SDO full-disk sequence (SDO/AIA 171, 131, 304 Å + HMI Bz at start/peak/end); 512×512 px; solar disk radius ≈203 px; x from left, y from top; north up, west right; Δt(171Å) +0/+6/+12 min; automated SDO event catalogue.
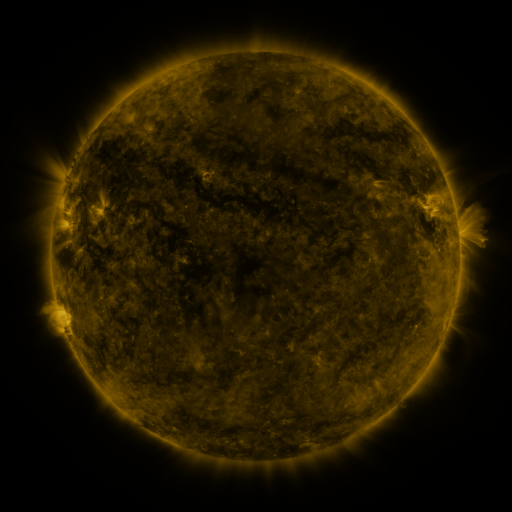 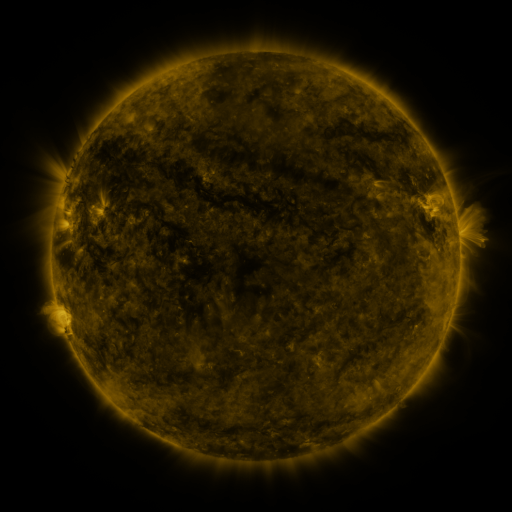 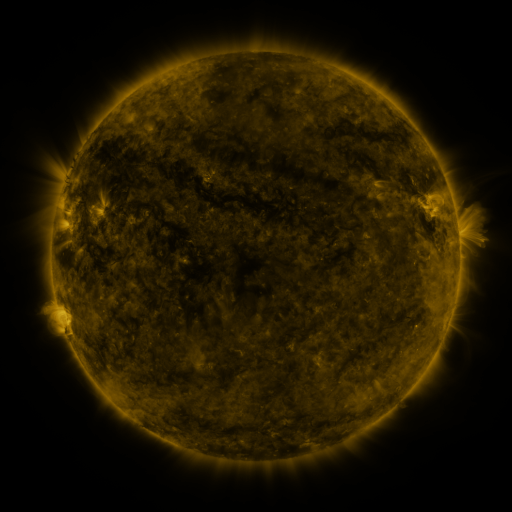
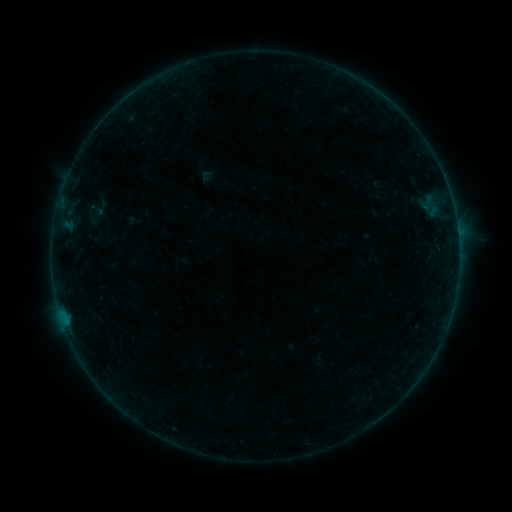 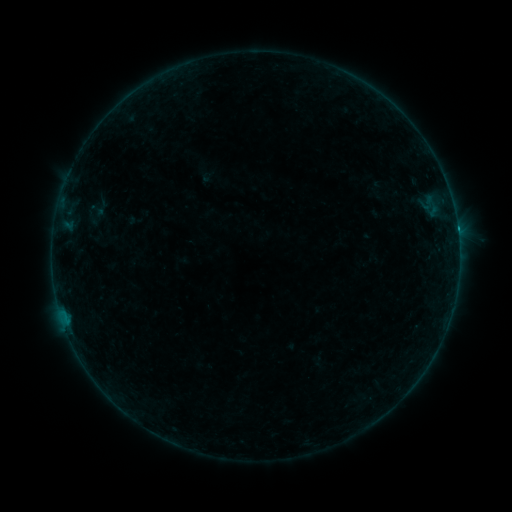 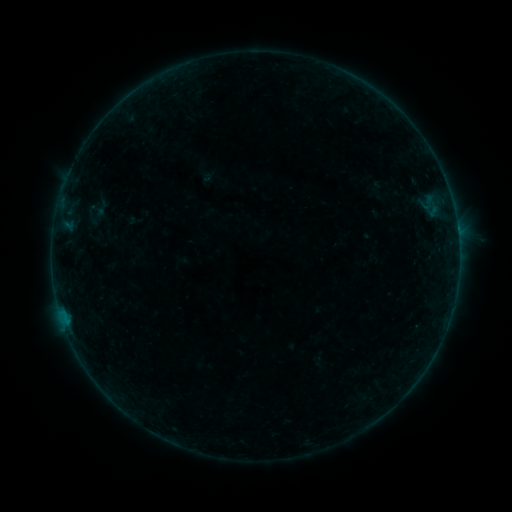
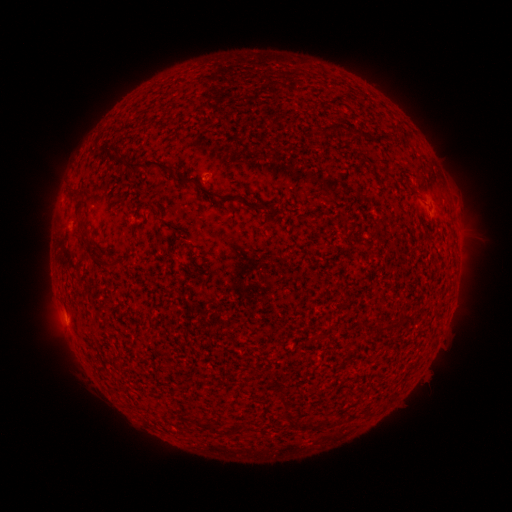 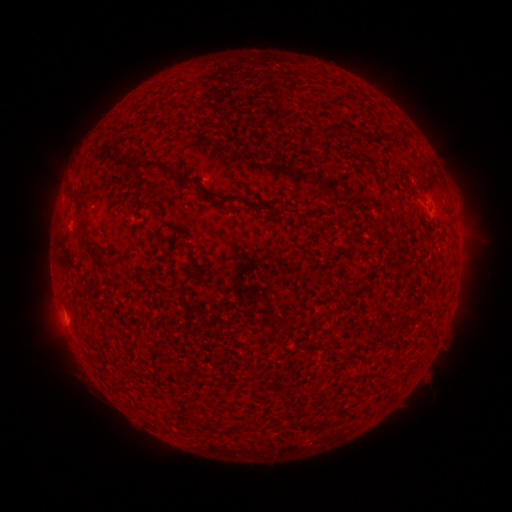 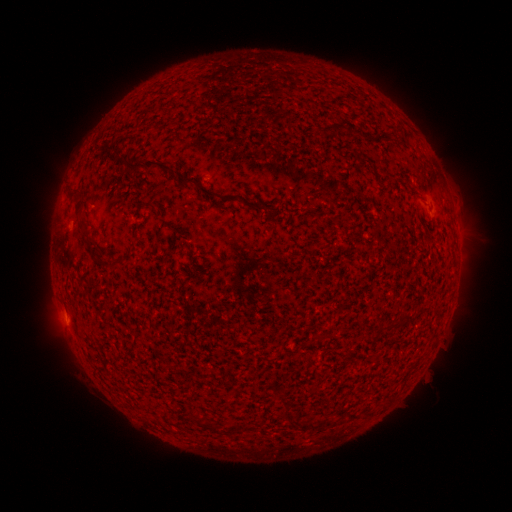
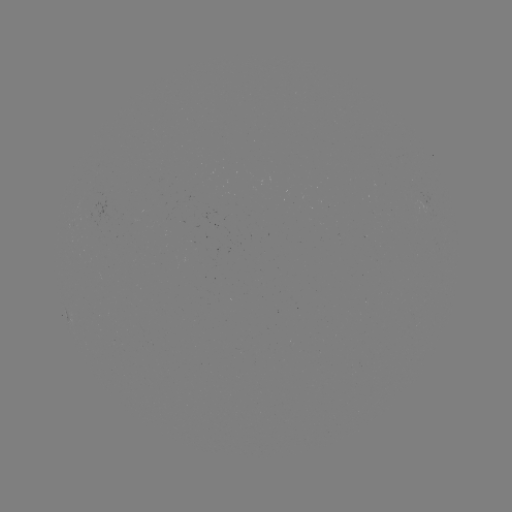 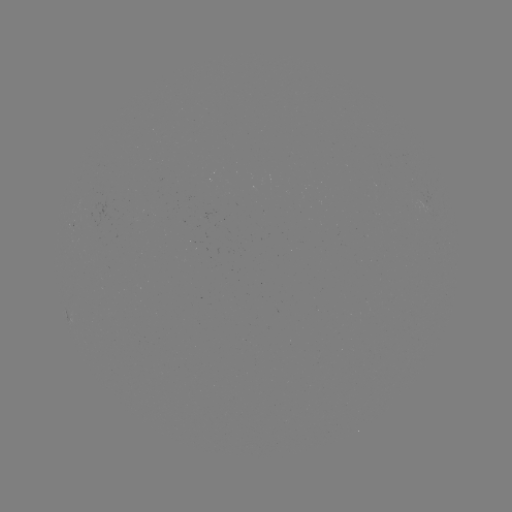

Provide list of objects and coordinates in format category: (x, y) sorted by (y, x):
B2.9 flare: (457, 231)
